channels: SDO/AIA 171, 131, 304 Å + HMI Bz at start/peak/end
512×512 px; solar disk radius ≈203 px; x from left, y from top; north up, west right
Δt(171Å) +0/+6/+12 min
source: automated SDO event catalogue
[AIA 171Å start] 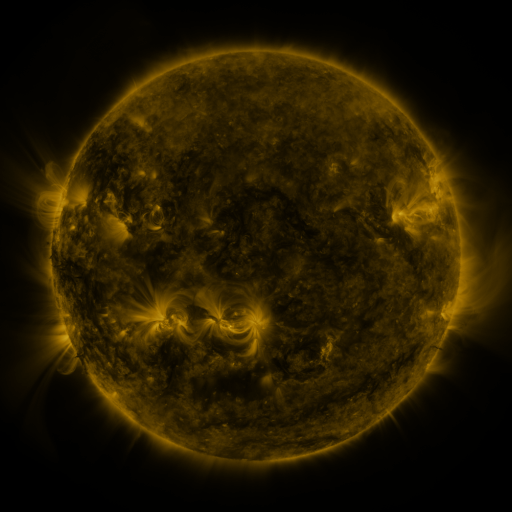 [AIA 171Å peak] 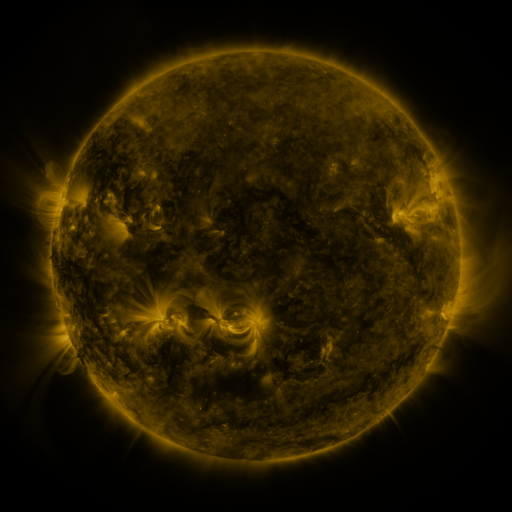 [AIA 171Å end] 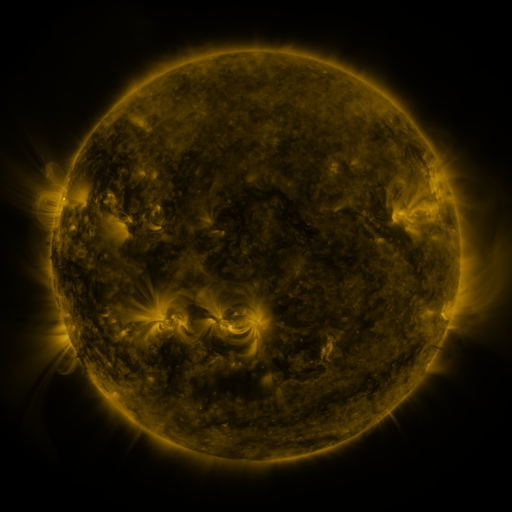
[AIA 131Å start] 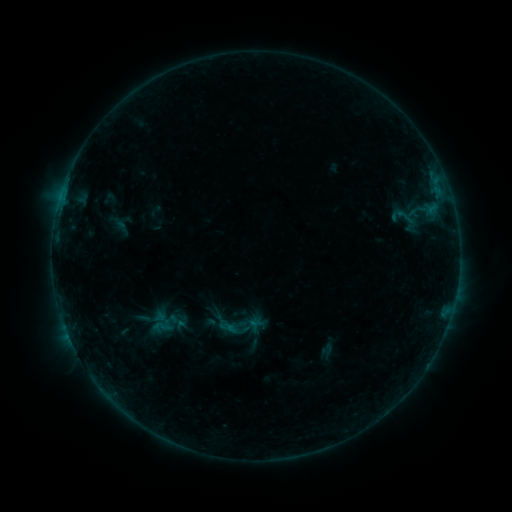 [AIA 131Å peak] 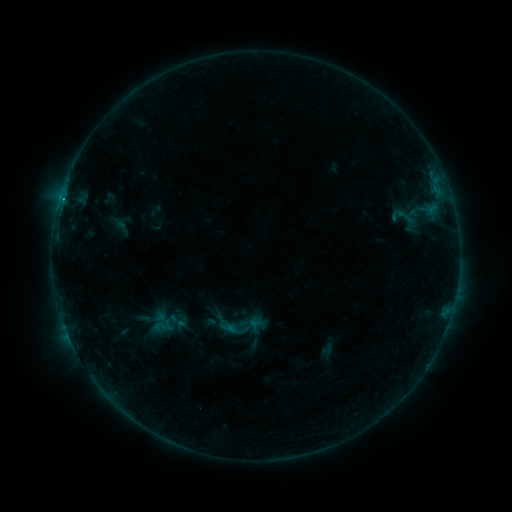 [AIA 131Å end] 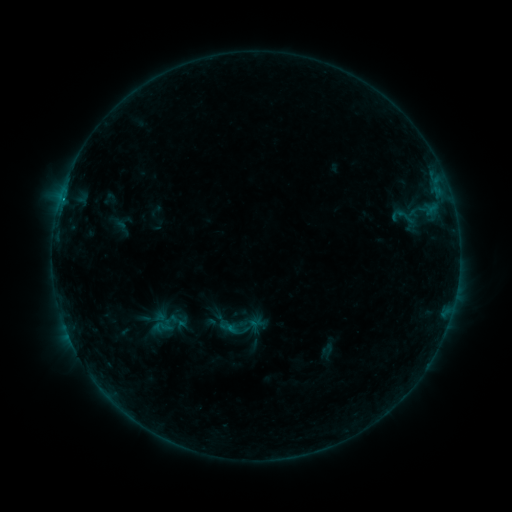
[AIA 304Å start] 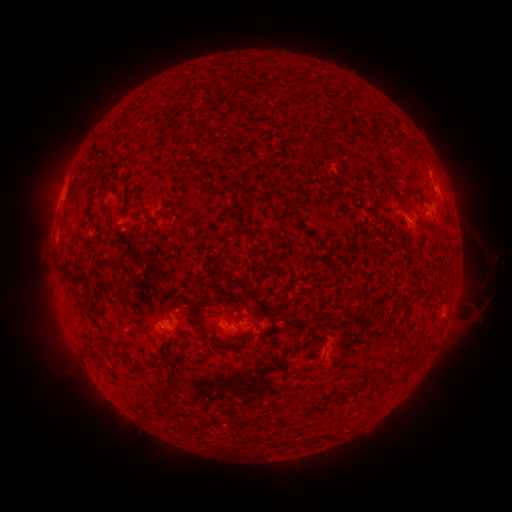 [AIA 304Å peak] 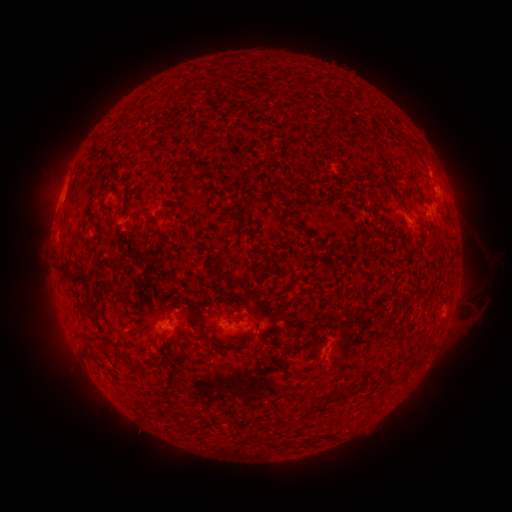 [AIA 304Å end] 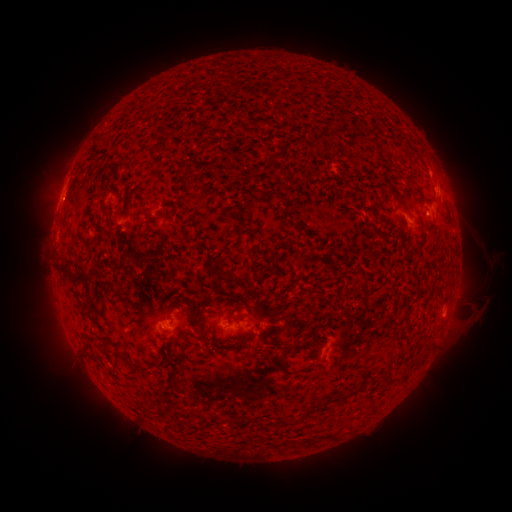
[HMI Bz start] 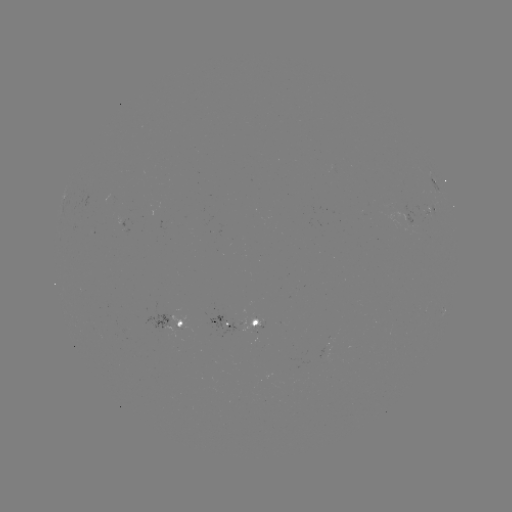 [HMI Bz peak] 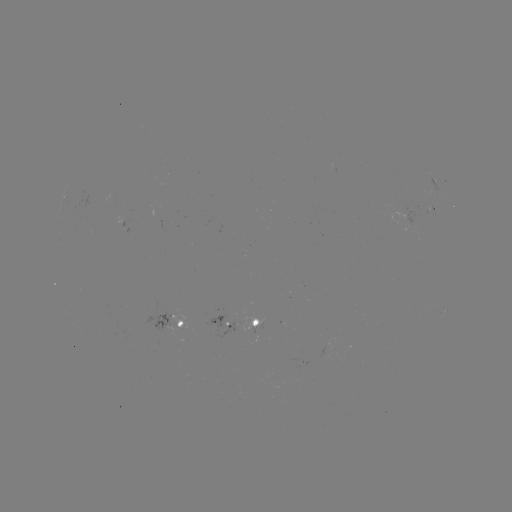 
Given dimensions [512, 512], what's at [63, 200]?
B4.8 flare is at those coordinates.